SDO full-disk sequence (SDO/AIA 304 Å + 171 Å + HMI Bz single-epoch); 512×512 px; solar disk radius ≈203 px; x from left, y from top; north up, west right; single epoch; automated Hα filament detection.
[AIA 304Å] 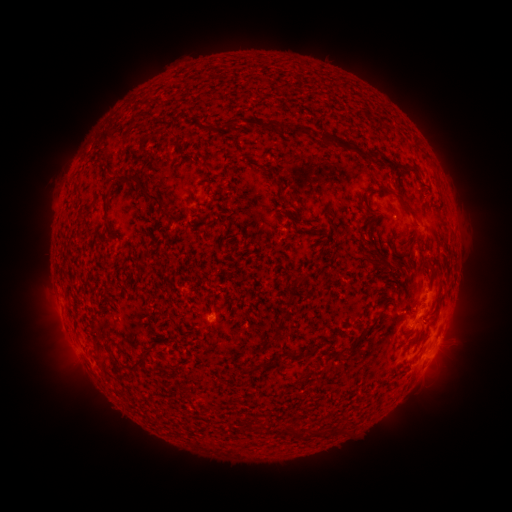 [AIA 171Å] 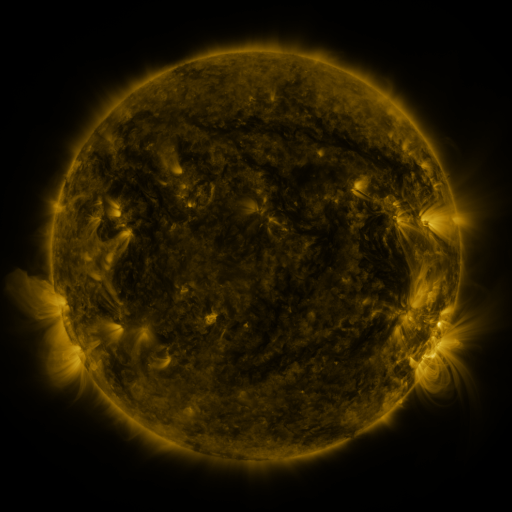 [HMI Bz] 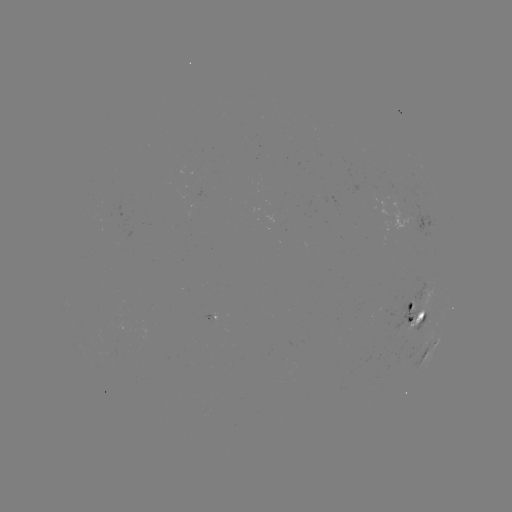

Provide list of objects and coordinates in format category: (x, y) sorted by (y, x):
filament: (263, 125)
filament: (297, 131)
filament: (331, 140)
filament: (97, 160)
filament: (401, 167)
filament: (133, 176)
filament: (147, 193)
filament: (408, 207)
filament: (108, 229)
filament: (299, 279)
filament: (410, 320)
filament: (308, 351)
filament: (293, 356)
filament: (136, 362)
filament: (273, 364)
filament: (289, 431)
